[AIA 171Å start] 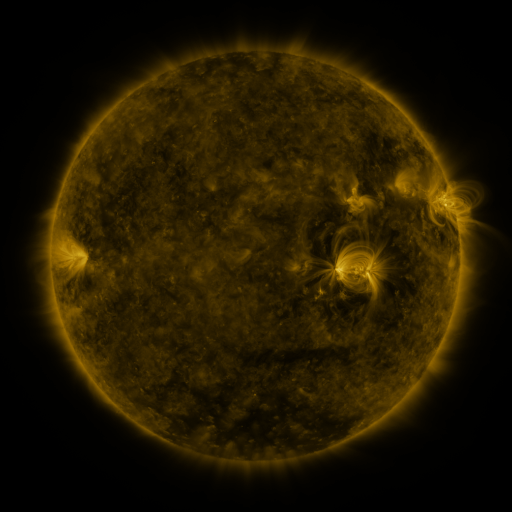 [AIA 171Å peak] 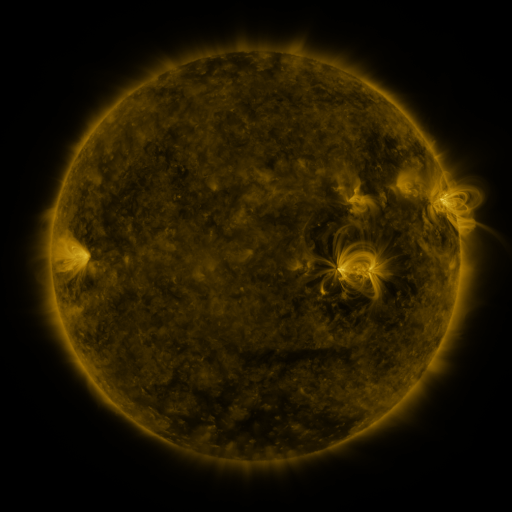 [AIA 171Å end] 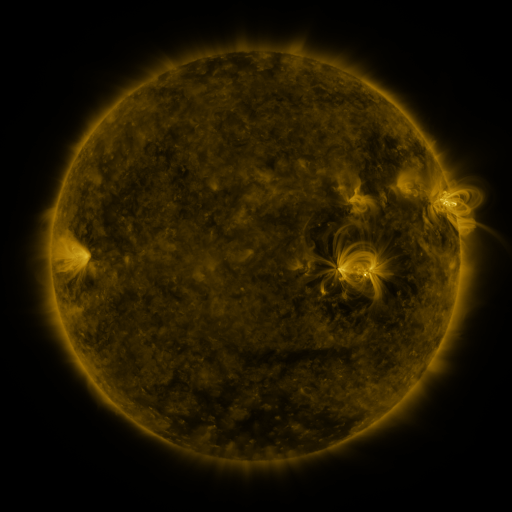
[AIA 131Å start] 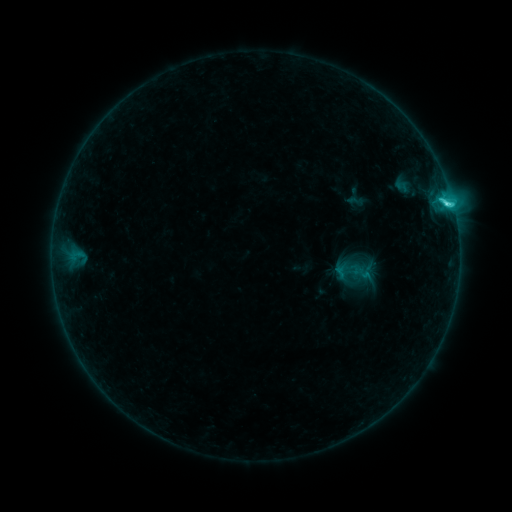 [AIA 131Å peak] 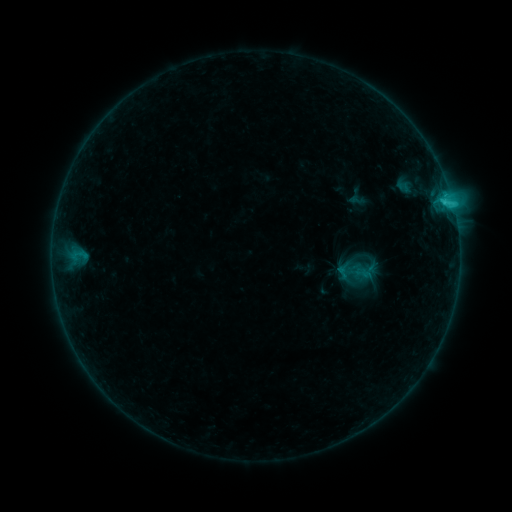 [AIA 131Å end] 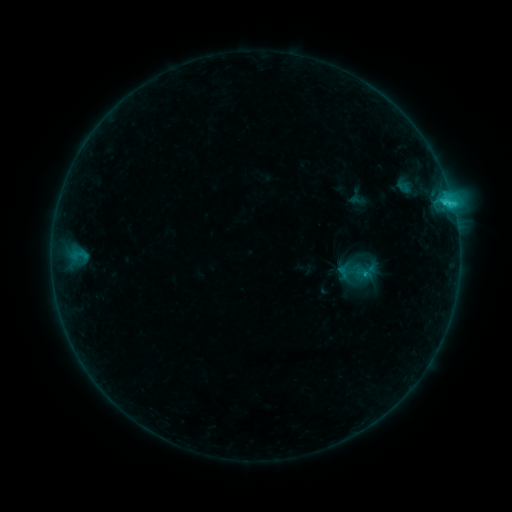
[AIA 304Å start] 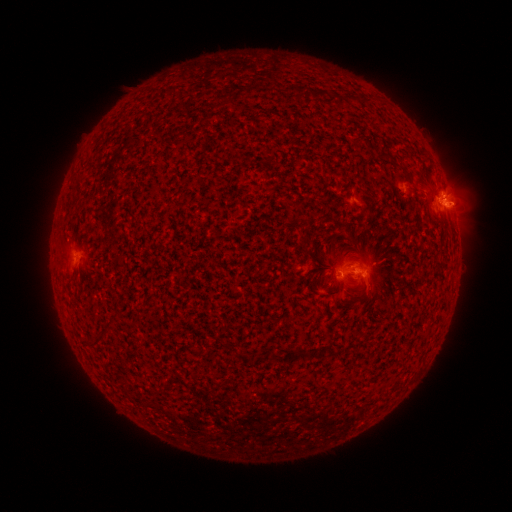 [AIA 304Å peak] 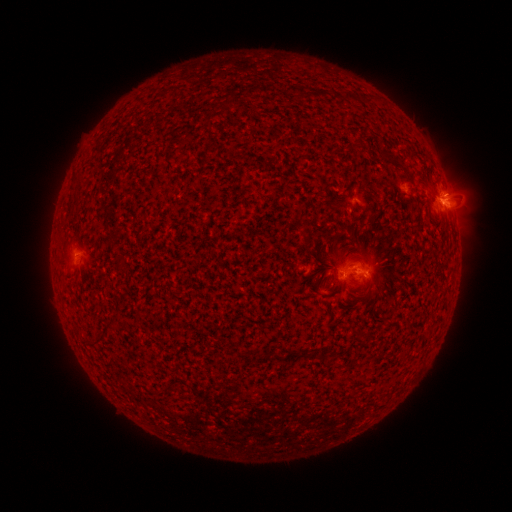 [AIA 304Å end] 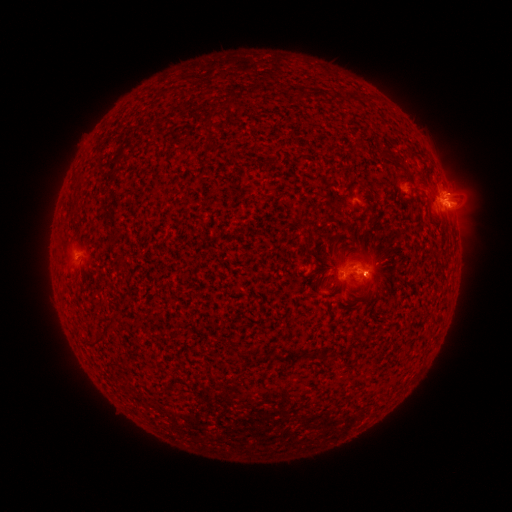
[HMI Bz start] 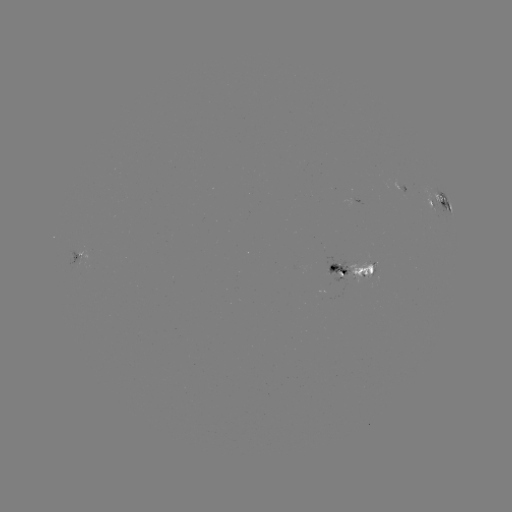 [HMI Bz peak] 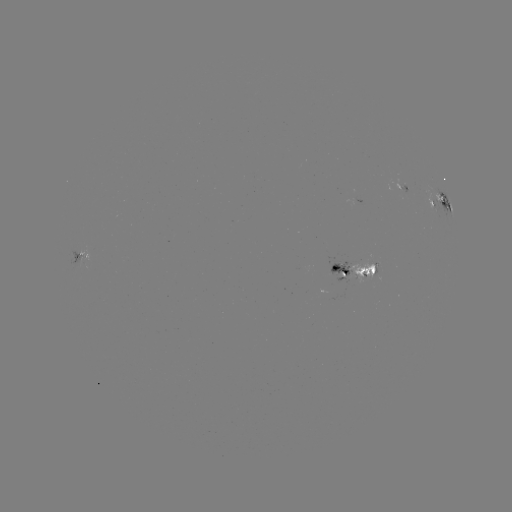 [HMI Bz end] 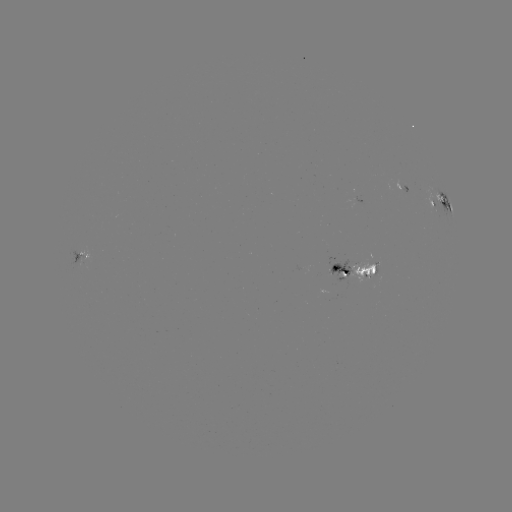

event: emerging-flux region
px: (405, 186)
